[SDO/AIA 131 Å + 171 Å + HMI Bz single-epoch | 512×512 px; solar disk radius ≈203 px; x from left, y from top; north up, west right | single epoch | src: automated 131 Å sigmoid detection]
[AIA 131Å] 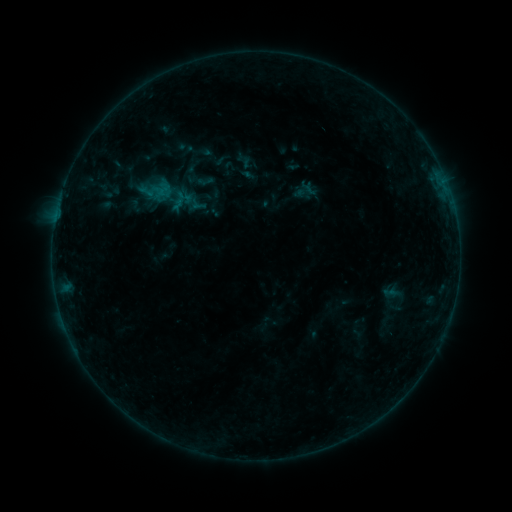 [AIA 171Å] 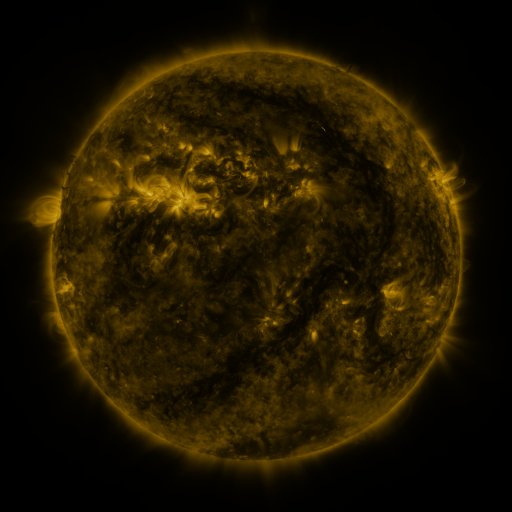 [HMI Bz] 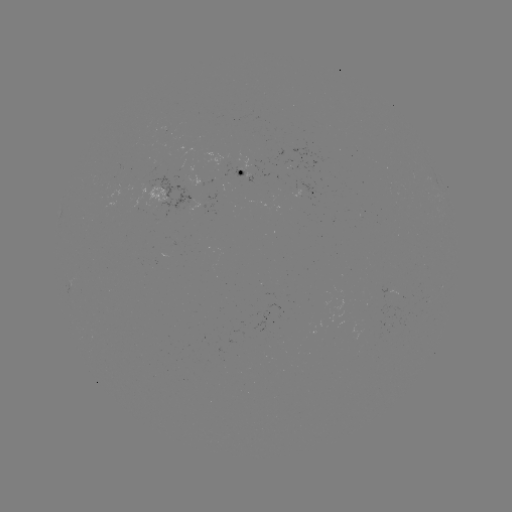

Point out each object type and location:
sigmoid: (233, 167)
sigmoid: (156, 190)
